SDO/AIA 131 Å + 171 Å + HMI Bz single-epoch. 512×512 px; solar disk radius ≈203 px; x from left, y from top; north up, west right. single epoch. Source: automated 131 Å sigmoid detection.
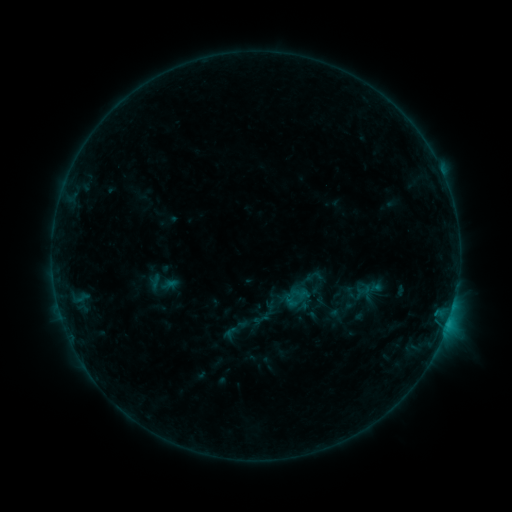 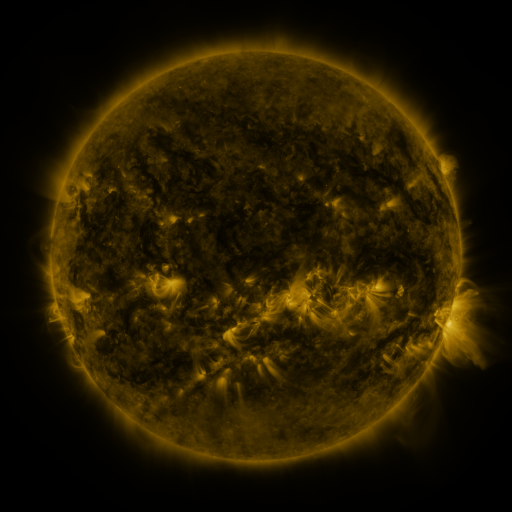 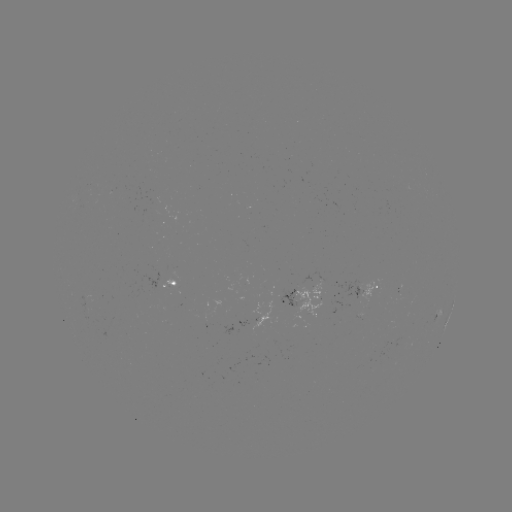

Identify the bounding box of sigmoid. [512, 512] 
[223, 316, 249, 340].